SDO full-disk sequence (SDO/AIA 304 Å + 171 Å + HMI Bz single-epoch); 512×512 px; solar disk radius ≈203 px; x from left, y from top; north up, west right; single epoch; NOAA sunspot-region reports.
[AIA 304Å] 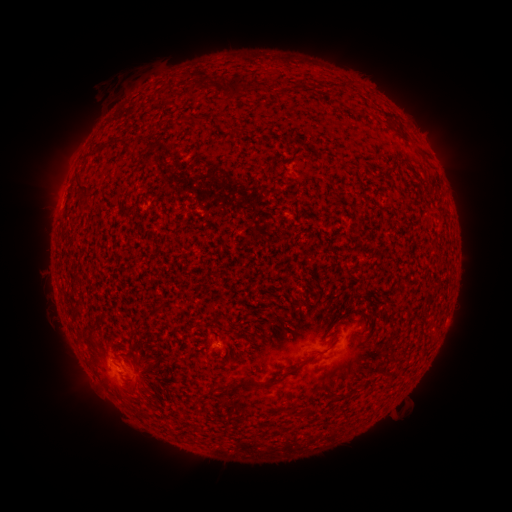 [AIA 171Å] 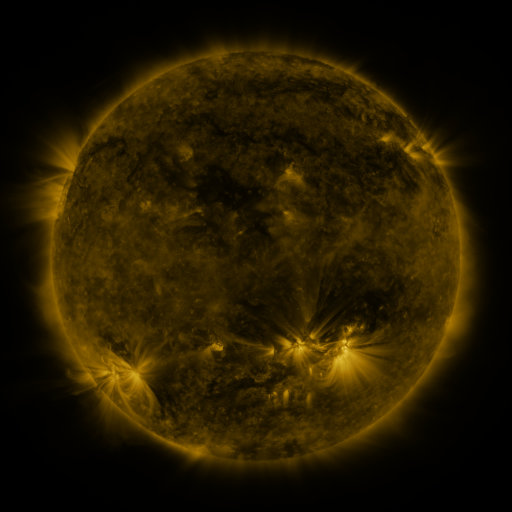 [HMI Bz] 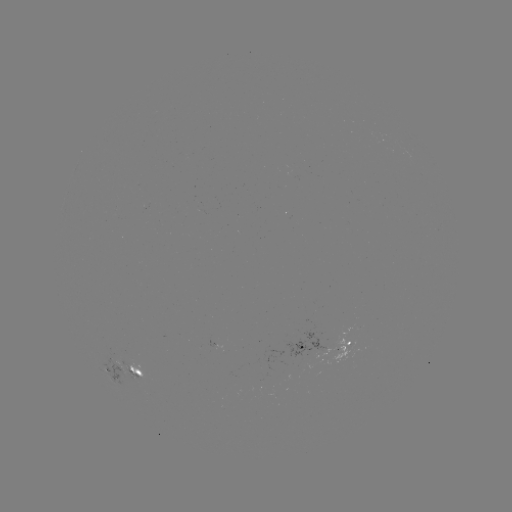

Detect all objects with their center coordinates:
spotted active region: (324, 347)
spotted active region: (120, 365)
